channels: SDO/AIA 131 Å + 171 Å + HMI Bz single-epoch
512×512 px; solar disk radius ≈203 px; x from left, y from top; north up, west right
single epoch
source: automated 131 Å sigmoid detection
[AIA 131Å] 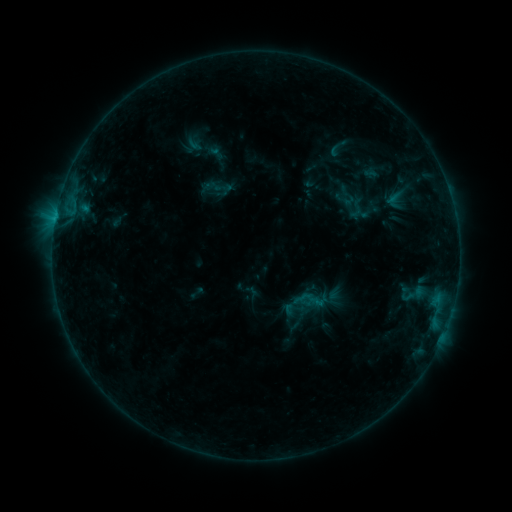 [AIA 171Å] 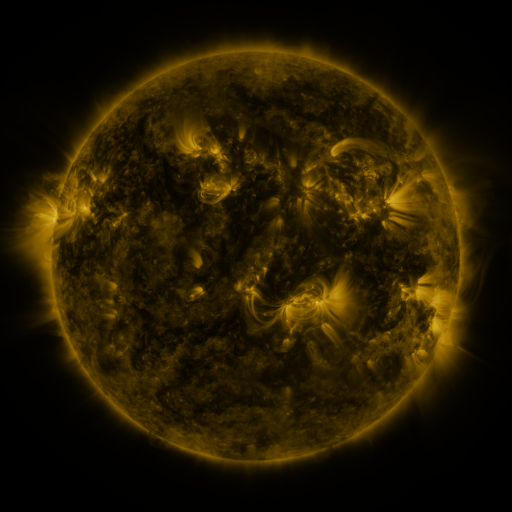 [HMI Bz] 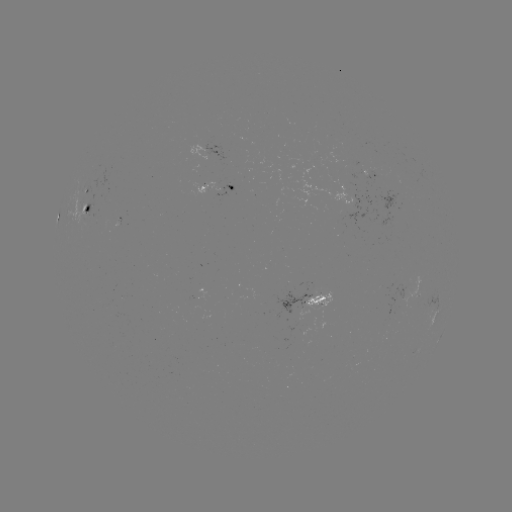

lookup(sigmoid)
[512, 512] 356,209